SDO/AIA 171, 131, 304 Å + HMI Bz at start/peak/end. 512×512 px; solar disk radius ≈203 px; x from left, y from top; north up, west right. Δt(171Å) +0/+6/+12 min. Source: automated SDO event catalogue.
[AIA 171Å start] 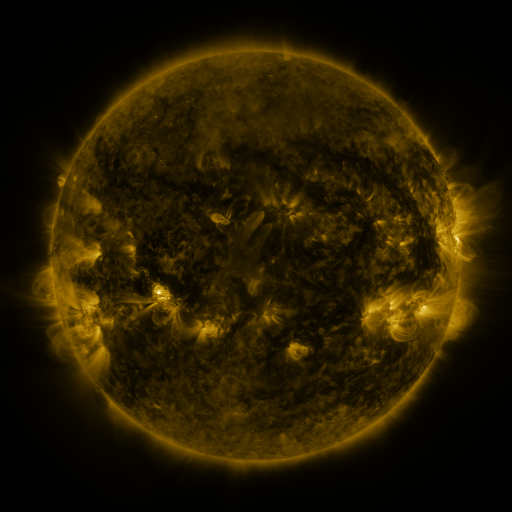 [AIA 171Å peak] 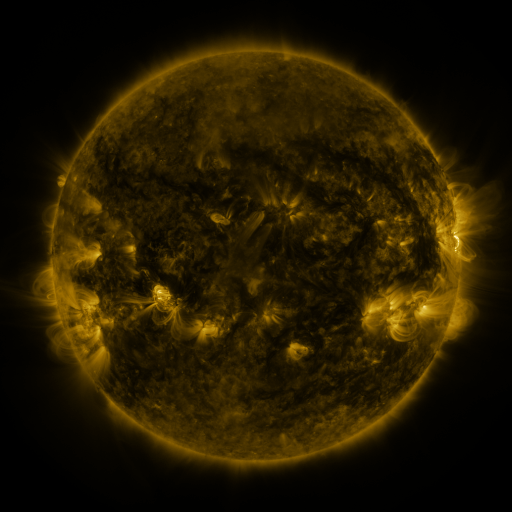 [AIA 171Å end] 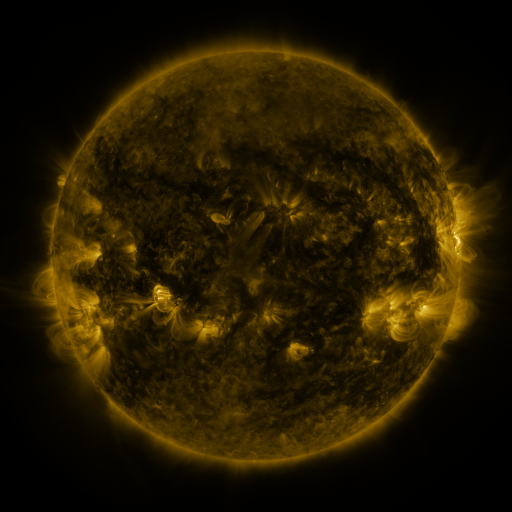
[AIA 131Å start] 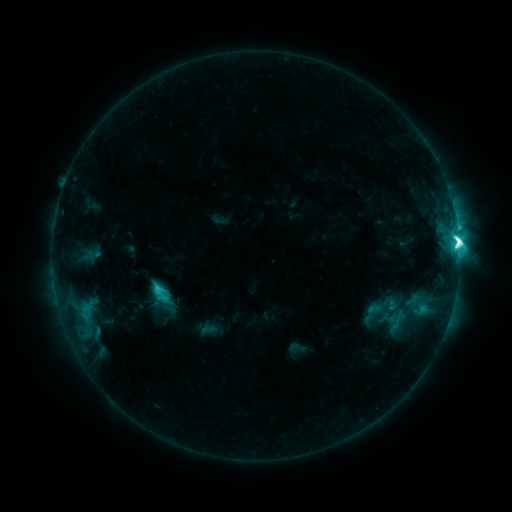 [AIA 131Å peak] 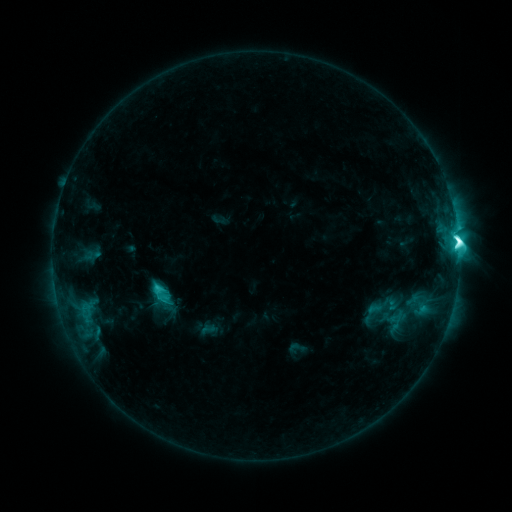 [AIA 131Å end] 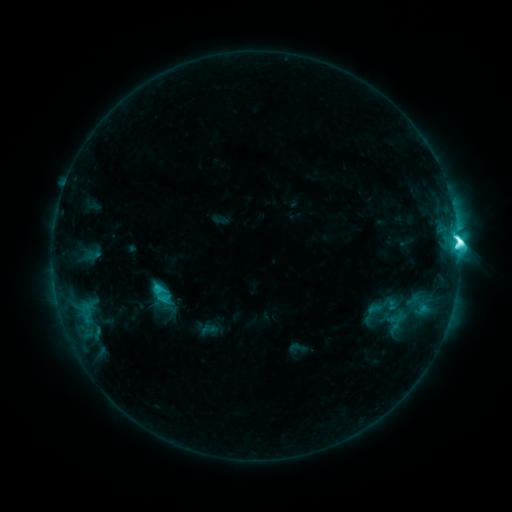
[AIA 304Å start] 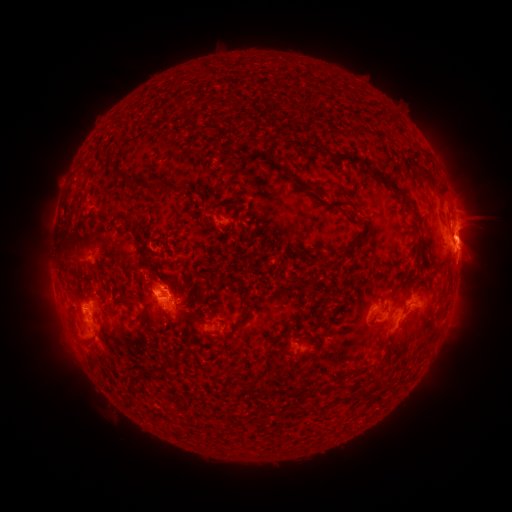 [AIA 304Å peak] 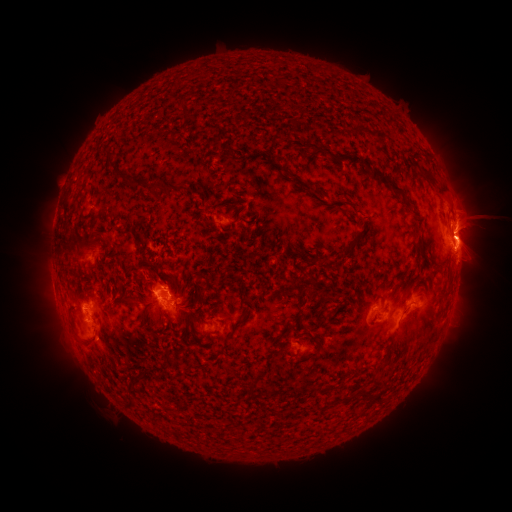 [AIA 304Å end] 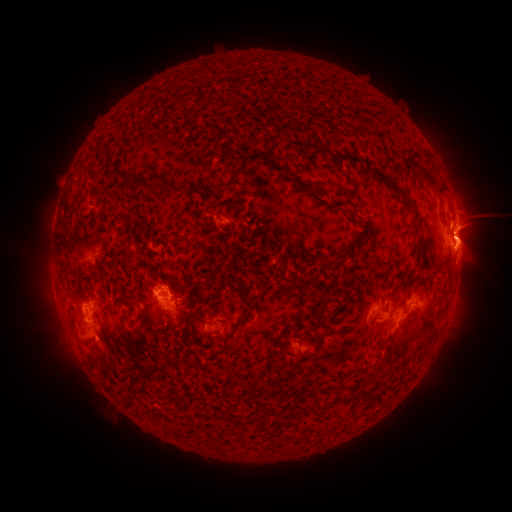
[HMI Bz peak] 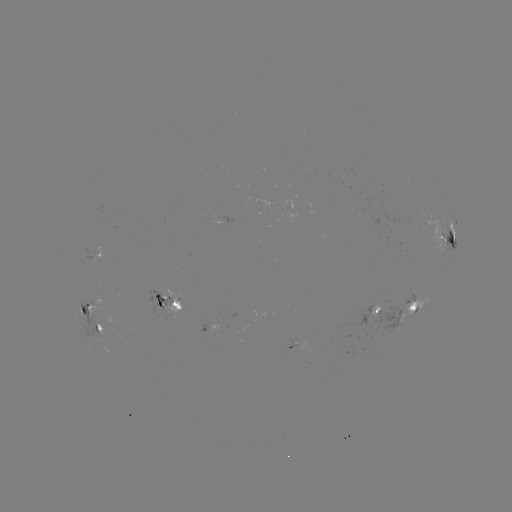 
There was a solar eruption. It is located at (478, 221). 